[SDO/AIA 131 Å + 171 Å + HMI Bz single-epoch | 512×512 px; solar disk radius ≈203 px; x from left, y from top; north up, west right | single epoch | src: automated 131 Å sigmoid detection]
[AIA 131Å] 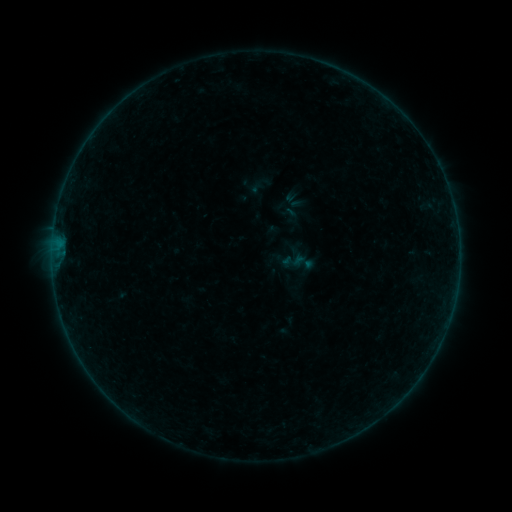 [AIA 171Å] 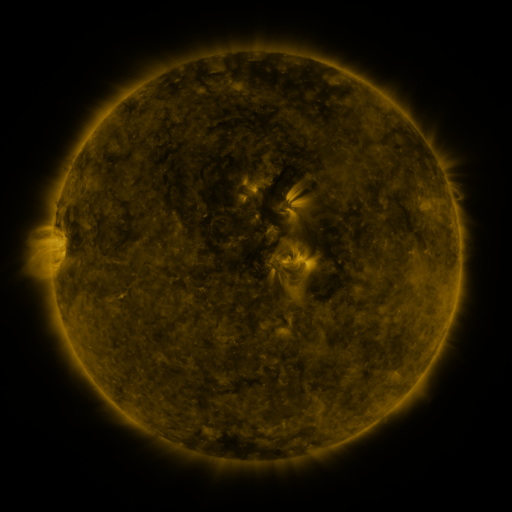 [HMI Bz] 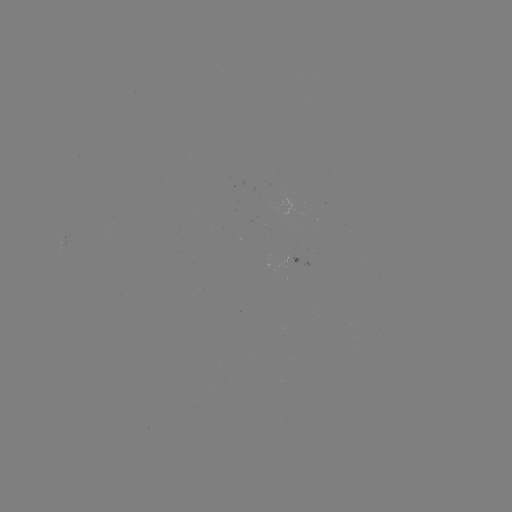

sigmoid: (281, 249, 306, 273)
